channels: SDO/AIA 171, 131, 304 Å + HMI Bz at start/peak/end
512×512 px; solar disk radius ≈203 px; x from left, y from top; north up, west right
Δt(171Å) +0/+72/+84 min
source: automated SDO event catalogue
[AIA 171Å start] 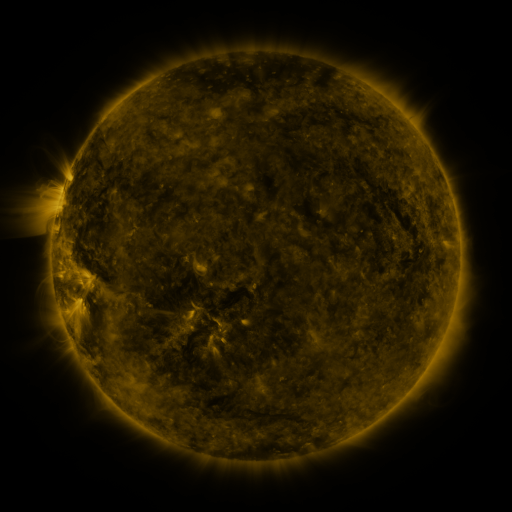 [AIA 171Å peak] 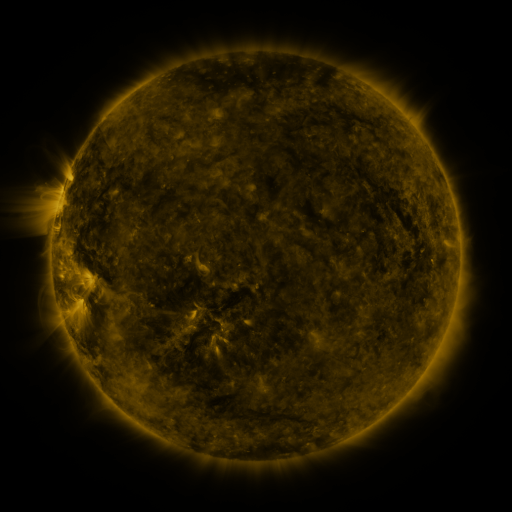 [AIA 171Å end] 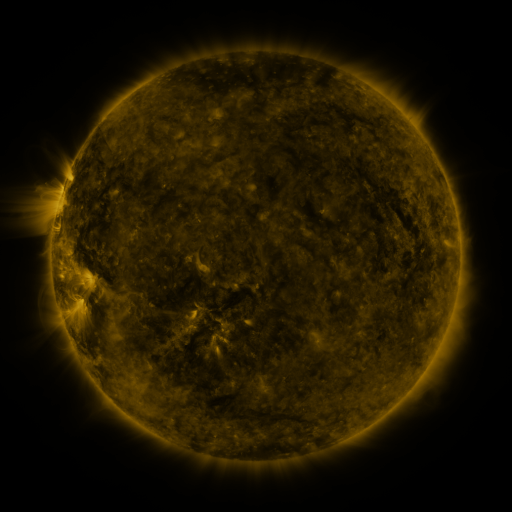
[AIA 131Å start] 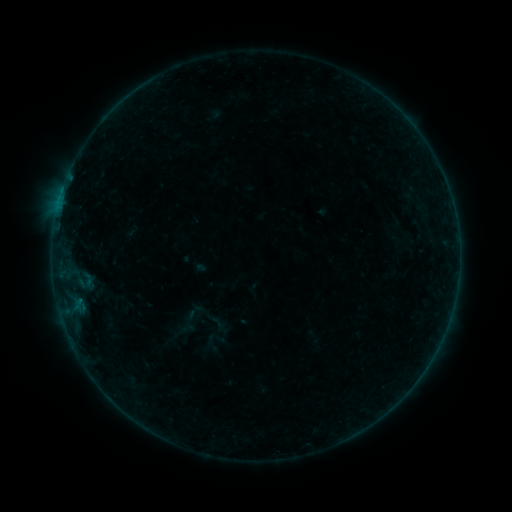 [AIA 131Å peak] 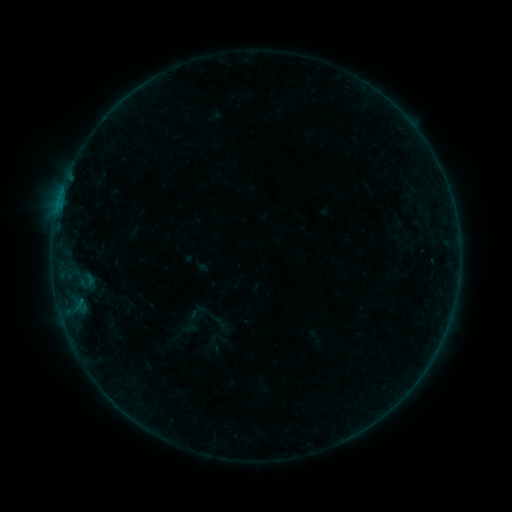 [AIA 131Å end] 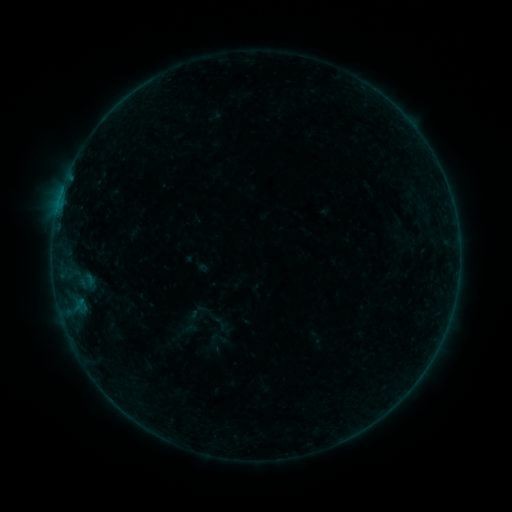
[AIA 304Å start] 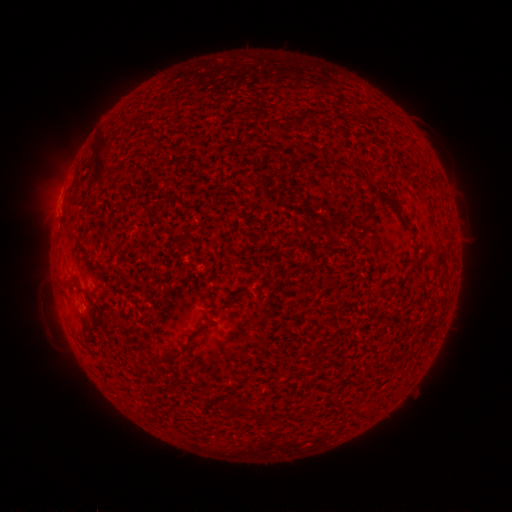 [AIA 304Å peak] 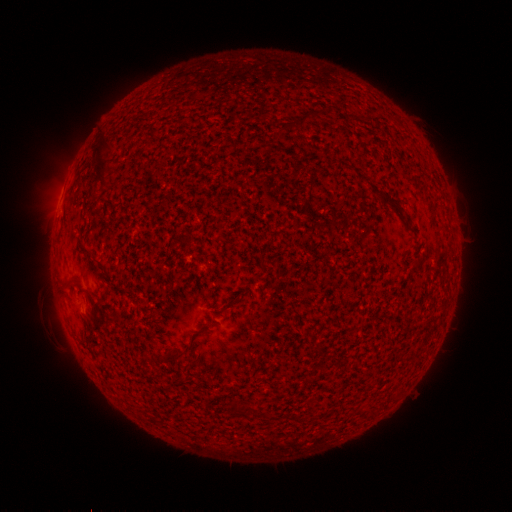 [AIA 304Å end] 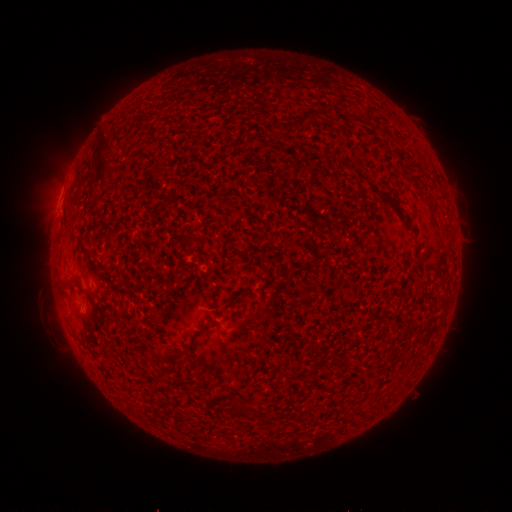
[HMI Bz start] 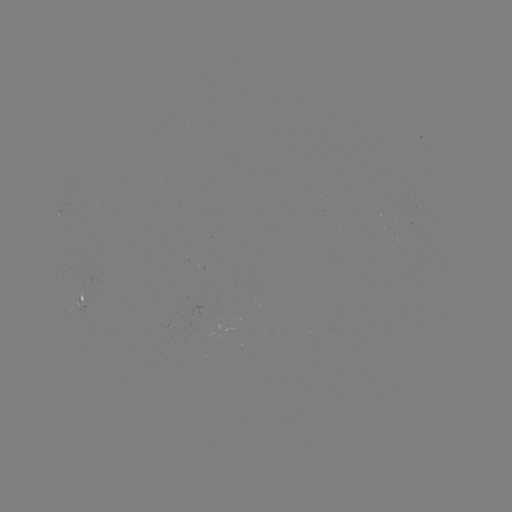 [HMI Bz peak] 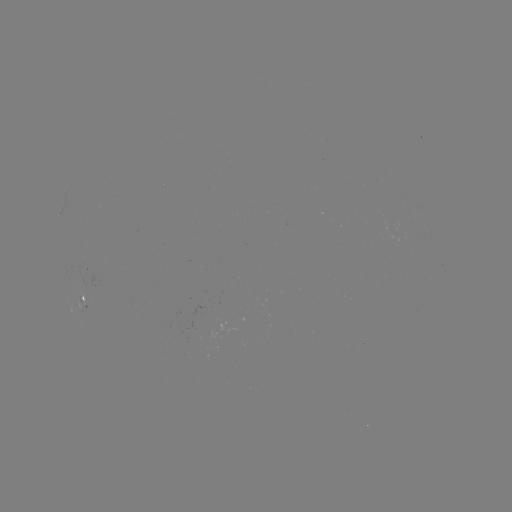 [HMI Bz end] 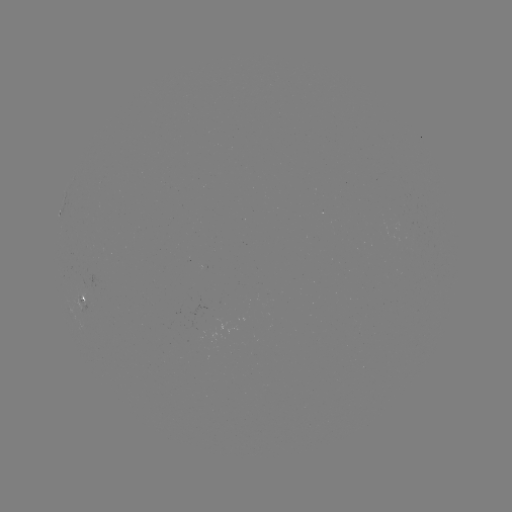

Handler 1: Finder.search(emerging-flux region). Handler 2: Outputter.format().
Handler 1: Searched emerging-flux region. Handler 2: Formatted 84,288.